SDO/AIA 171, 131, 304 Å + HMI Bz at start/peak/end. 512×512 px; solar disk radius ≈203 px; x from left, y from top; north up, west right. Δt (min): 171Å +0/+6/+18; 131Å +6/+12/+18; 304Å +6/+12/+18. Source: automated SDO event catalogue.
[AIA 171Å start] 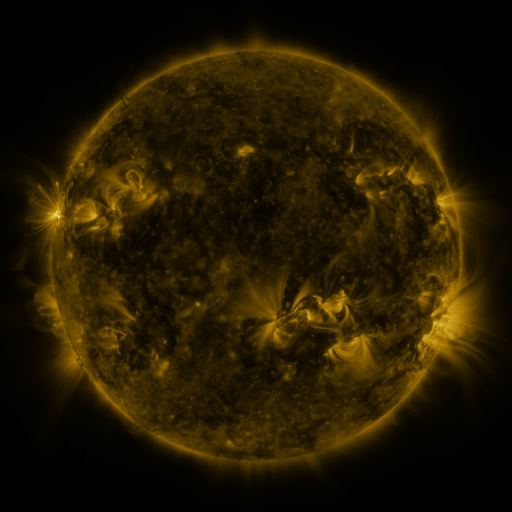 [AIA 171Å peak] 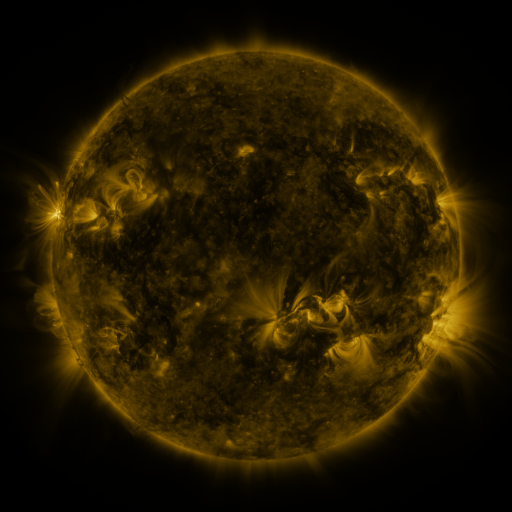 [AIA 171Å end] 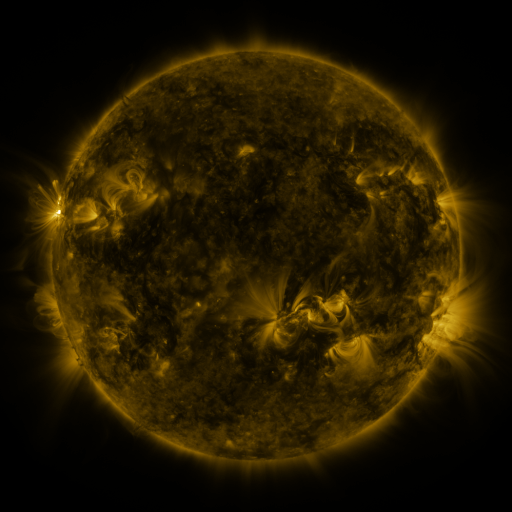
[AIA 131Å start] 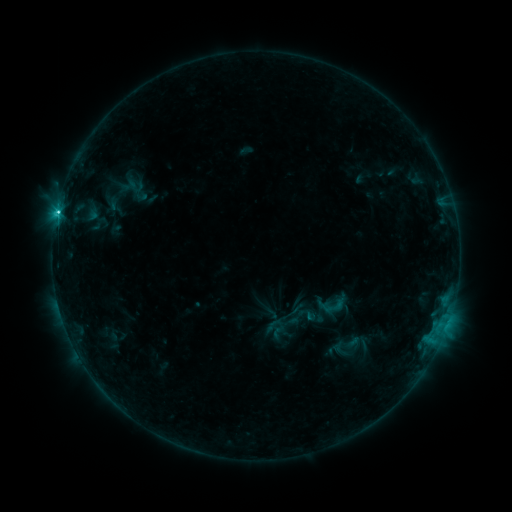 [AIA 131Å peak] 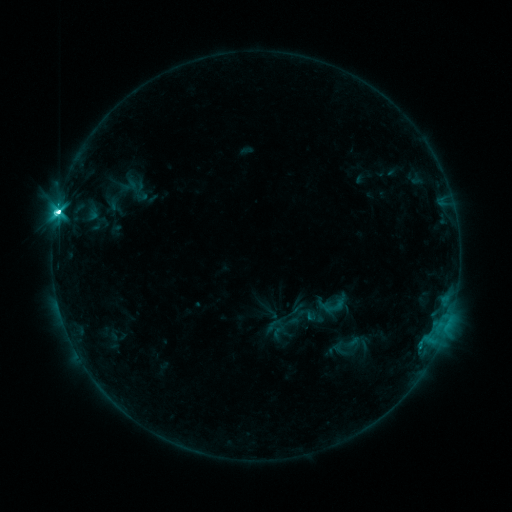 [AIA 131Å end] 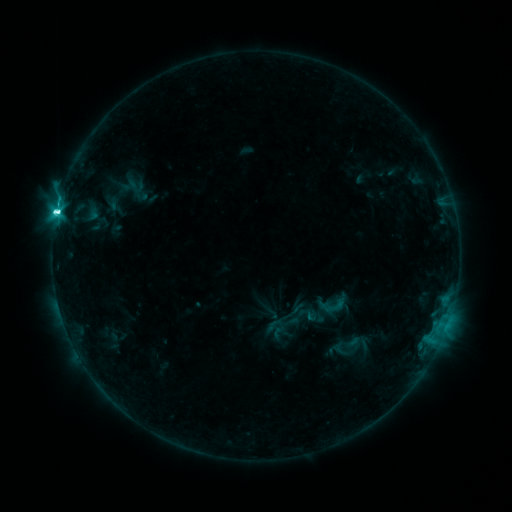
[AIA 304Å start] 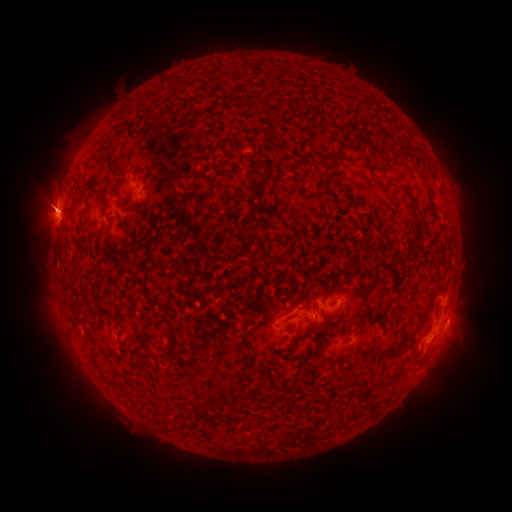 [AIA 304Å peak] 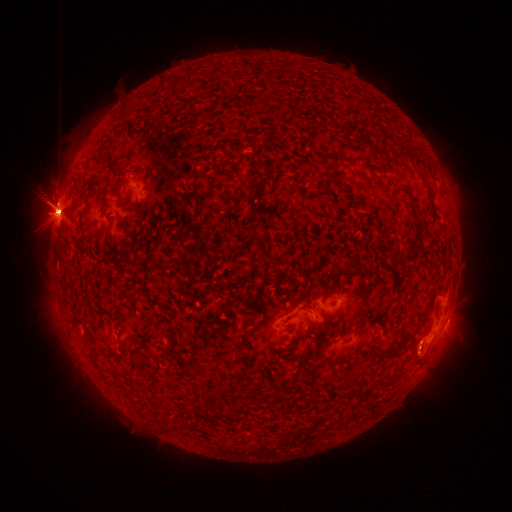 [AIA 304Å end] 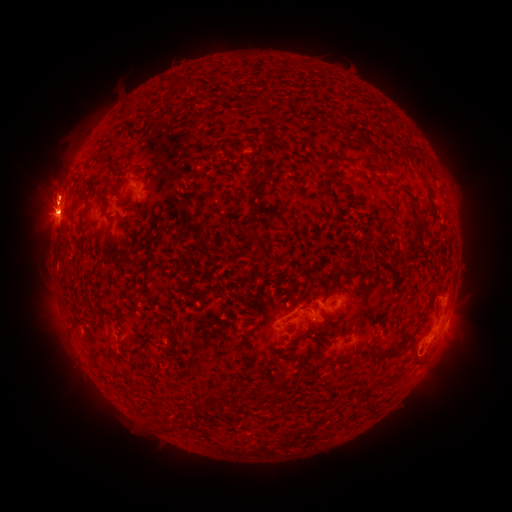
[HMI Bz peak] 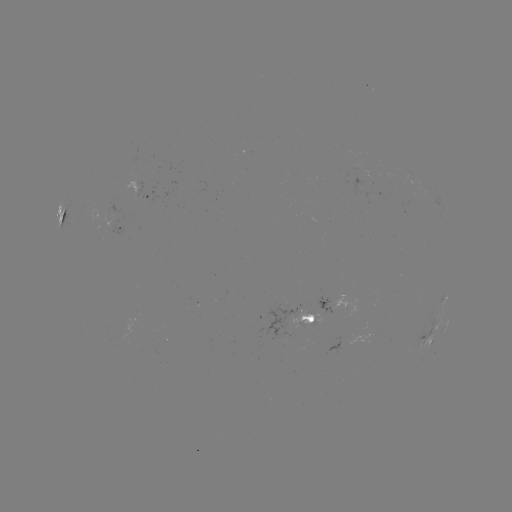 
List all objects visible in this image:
M1.4 flare: (60, 214)
